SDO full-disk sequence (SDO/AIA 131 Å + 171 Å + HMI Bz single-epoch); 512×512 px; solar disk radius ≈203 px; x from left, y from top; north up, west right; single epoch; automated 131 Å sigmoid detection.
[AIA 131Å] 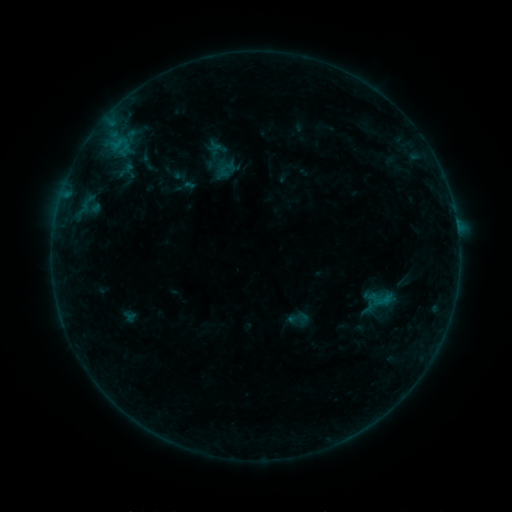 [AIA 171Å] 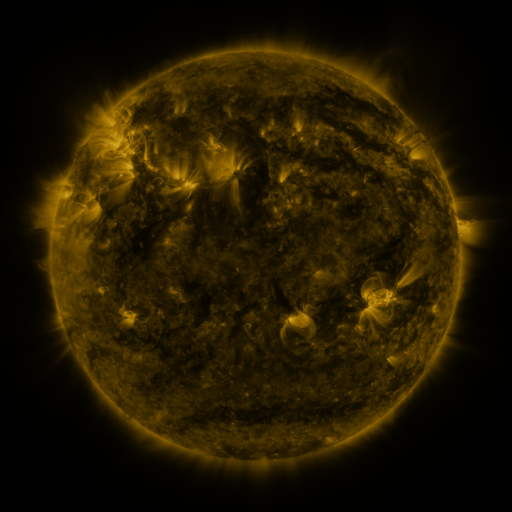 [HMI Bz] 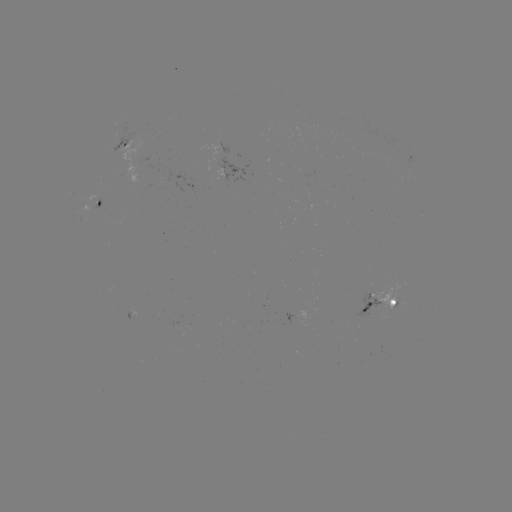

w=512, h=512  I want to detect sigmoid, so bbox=[285, 305, 311, 332].